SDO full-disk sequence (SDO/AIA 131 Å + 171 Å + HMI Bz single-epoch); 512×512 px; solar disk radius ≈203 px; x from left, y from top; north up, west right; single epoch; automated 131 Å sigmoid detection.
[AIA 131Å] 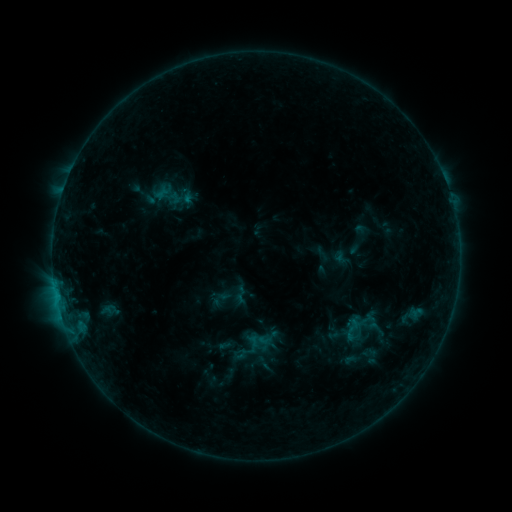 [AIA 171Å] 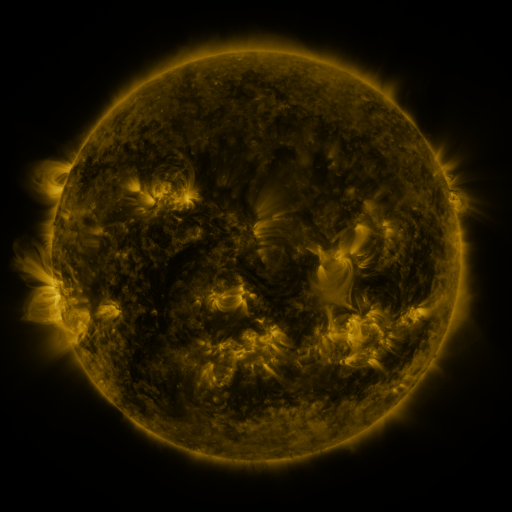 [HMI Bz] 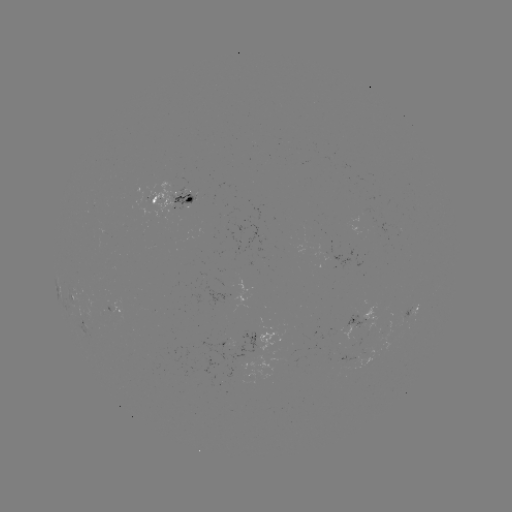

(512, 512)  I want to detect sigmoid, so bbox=[340, 317, 364, 341].